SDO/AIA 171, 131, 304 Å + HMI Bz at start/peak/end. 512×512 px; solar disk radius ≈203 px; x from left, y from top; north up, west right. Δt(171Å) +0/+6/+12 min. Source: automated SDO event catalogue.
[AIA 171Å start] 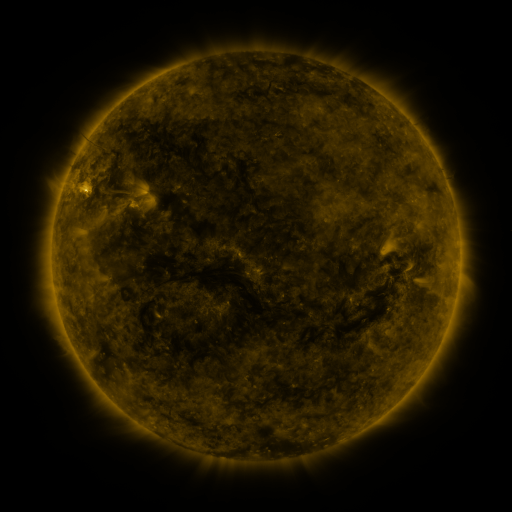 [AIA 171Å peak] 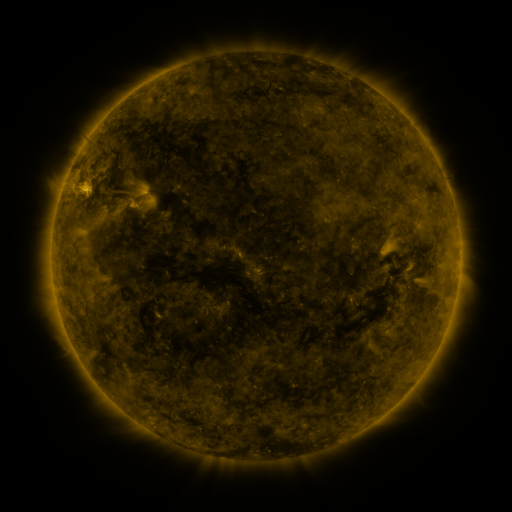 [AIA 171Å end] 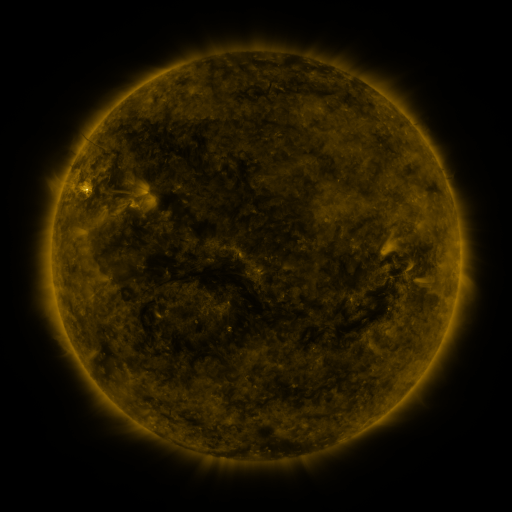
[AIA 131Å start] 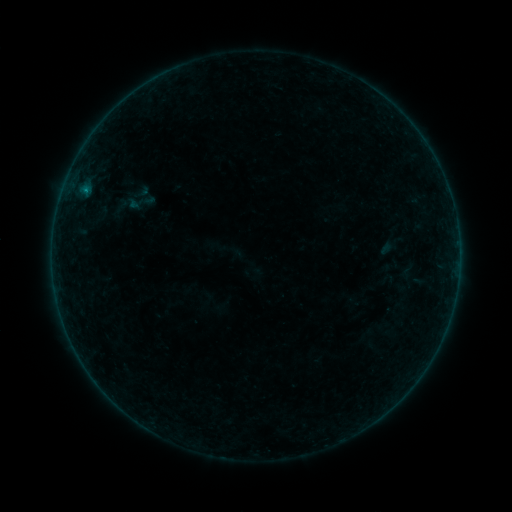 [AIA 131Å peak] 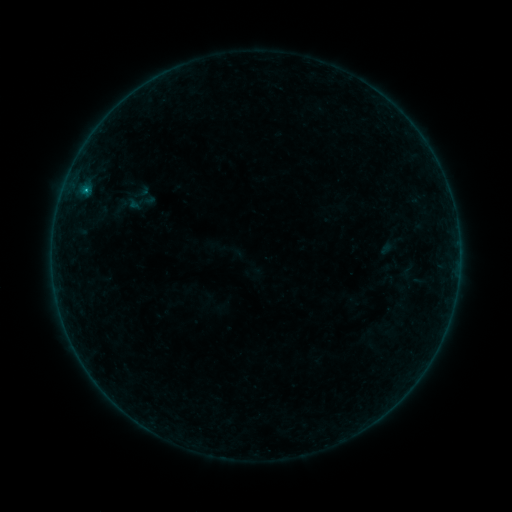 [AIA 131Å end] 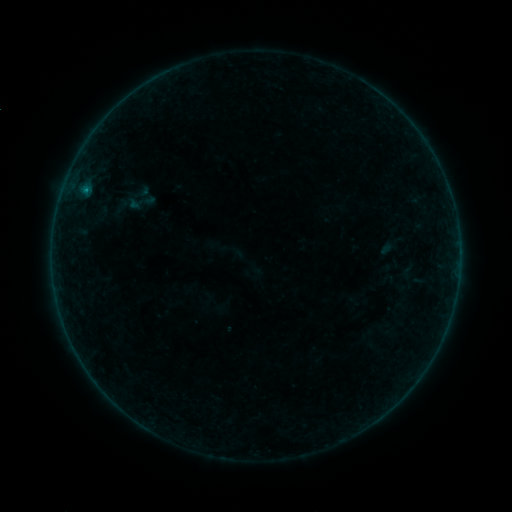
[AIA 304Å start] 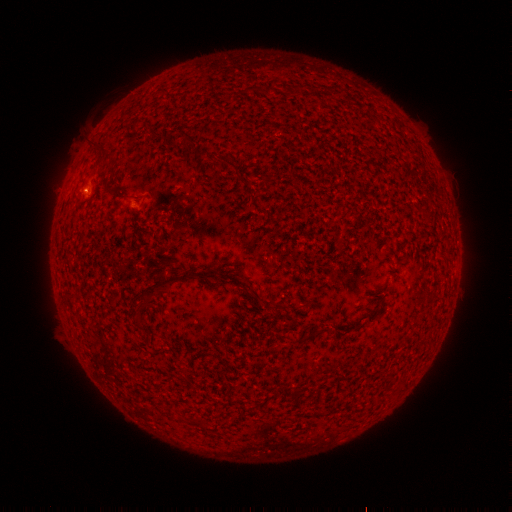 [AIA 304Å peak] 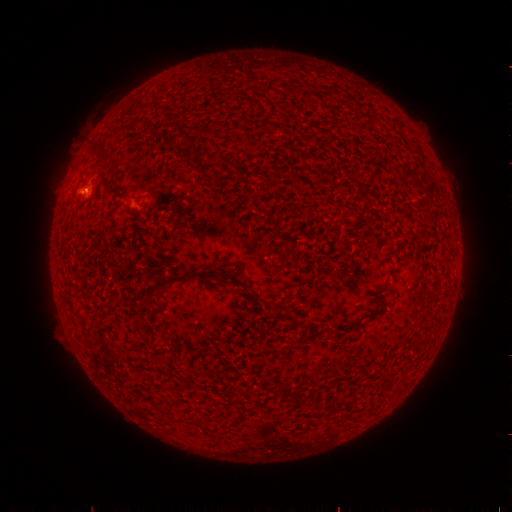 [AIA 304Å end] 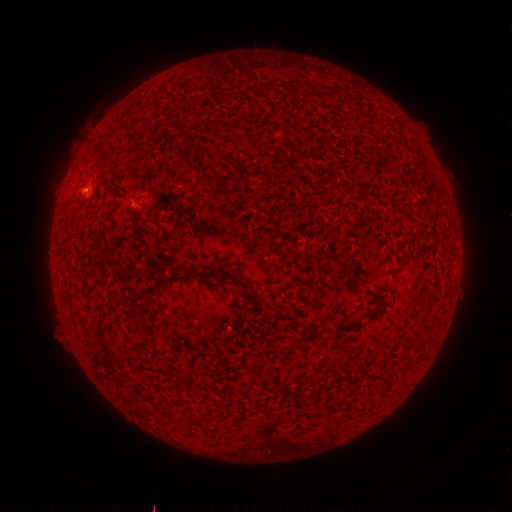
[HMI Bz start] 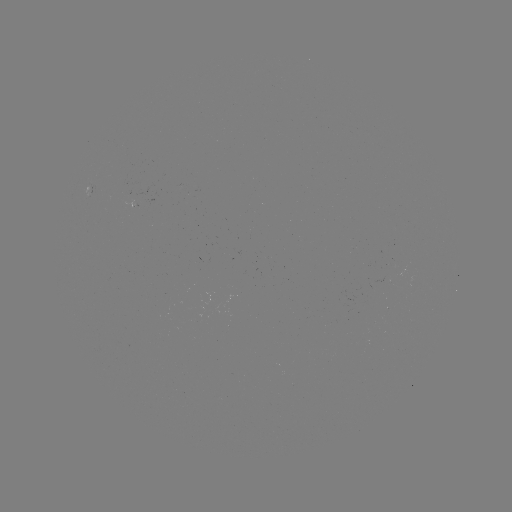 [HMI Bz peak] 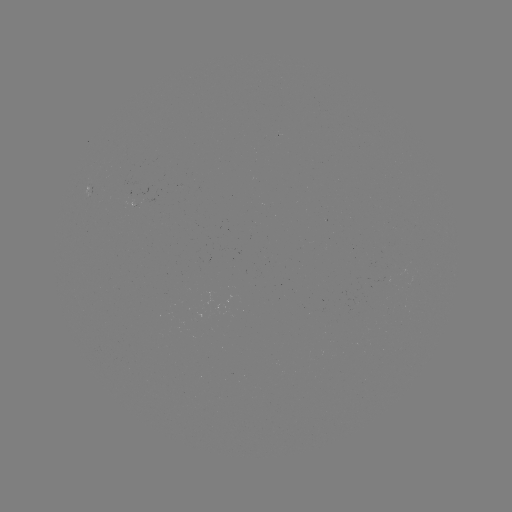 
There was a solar flare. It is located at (85, 193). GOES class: B2.4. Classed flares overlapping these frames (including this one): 1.